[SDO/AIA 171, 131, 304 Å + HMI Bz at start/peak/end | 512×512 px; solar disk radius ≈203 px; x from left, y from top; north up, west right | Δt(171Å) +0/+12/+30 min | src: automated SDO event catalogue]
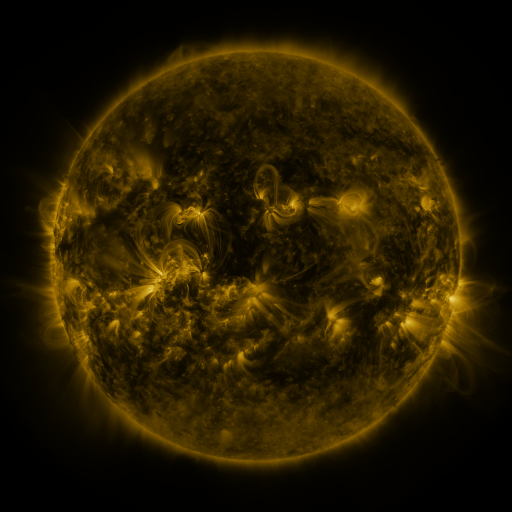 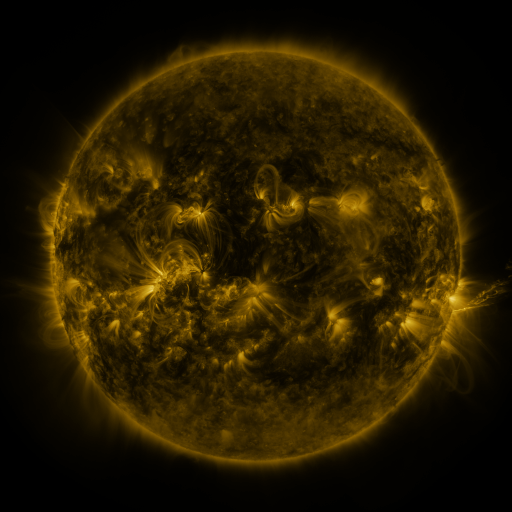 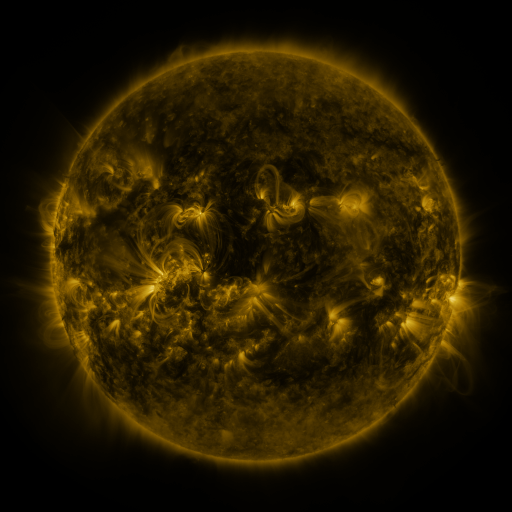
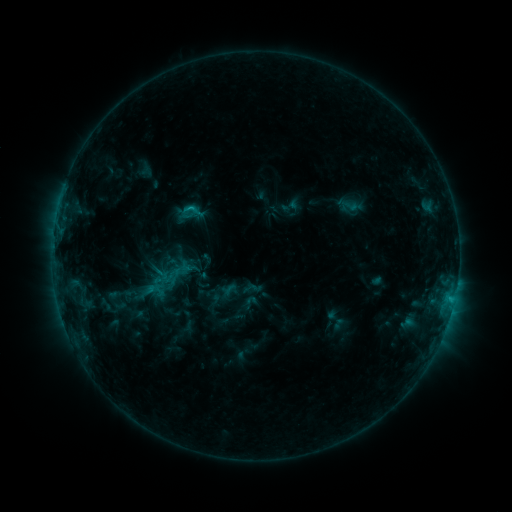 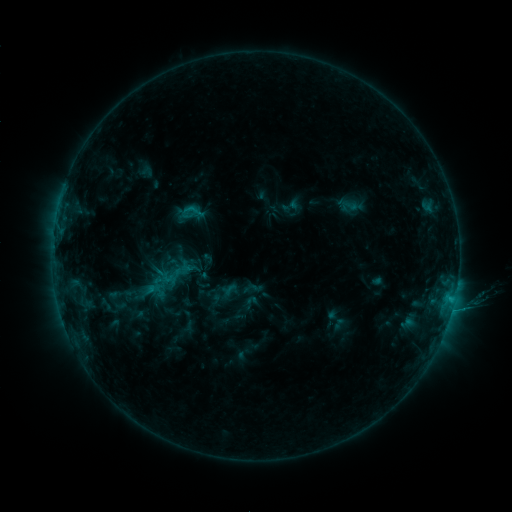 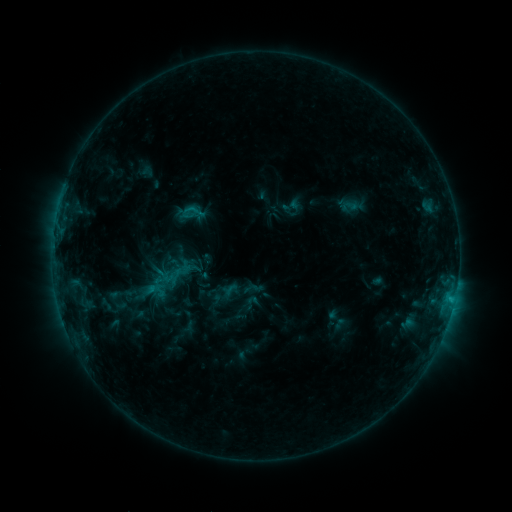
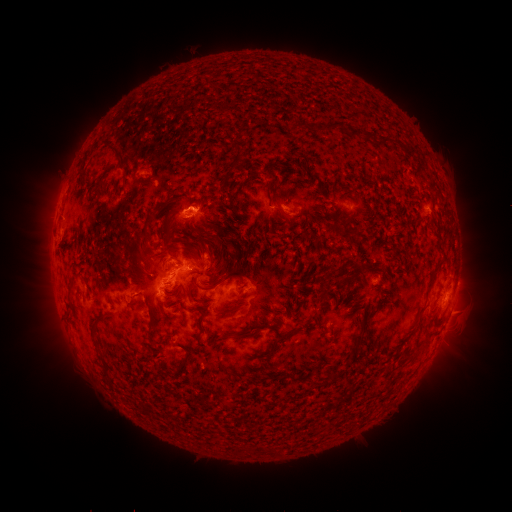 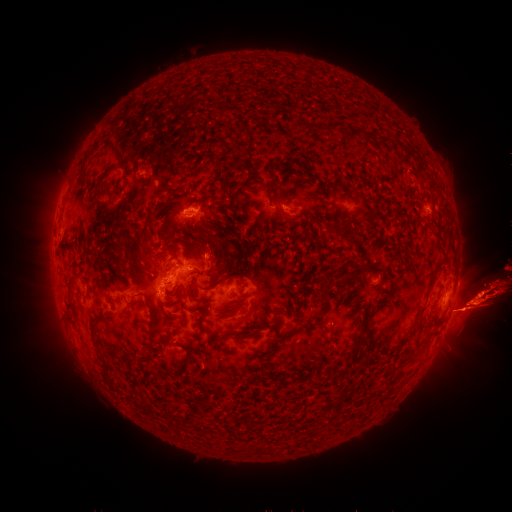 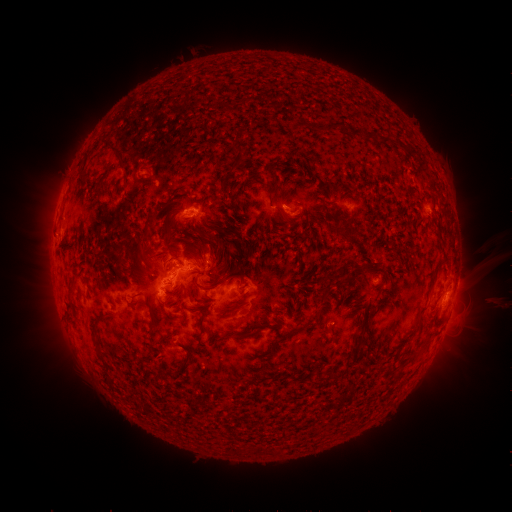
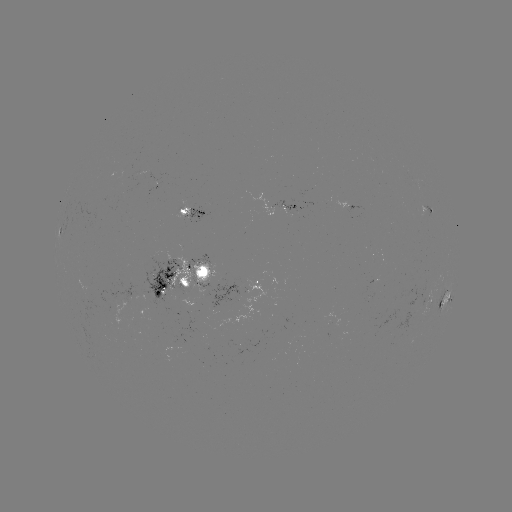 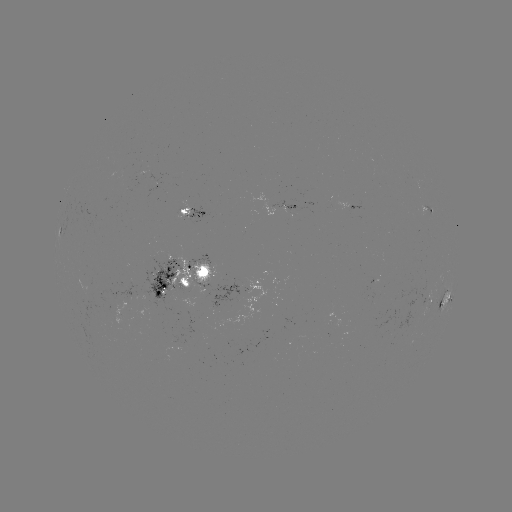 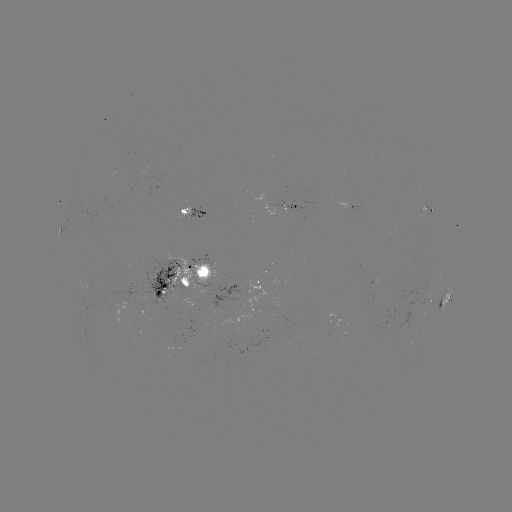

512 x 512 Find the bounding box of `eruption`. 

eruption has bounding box [403, 168, 511, 425].